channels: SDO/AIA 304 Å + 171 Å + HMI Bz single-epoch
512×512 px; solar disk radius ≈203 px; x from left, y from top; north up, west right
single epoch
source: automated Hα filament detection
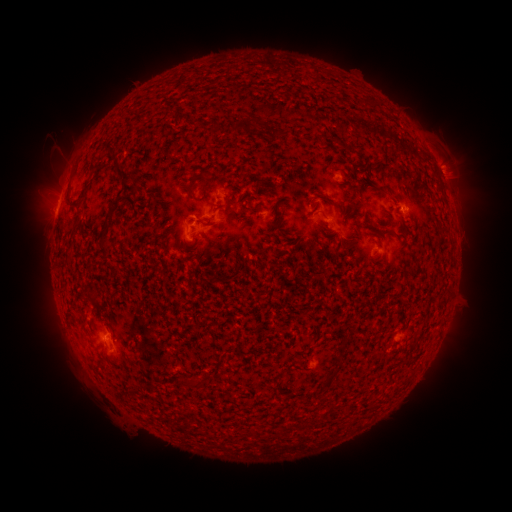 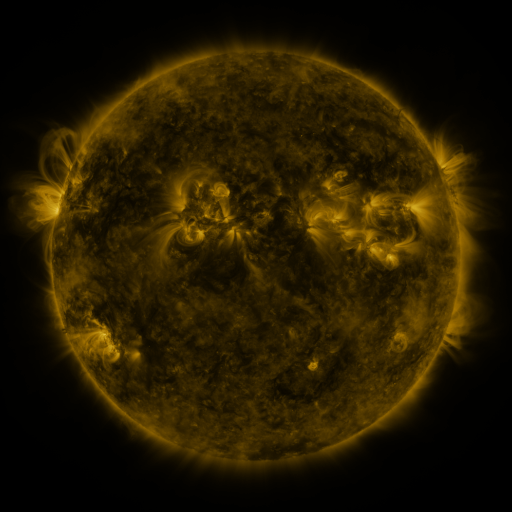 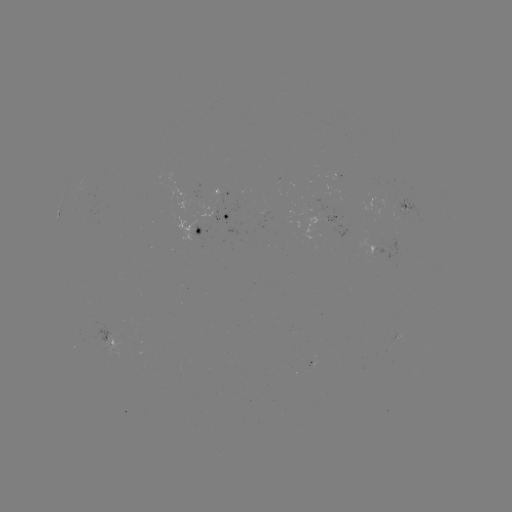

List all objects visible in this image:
filament: (238, 127)
filament: (121, 172)
filament: (206, 175)
filament: (131, 188)
filament: (191, 195)
filament: (405, 228)
filament: (216, 280)
